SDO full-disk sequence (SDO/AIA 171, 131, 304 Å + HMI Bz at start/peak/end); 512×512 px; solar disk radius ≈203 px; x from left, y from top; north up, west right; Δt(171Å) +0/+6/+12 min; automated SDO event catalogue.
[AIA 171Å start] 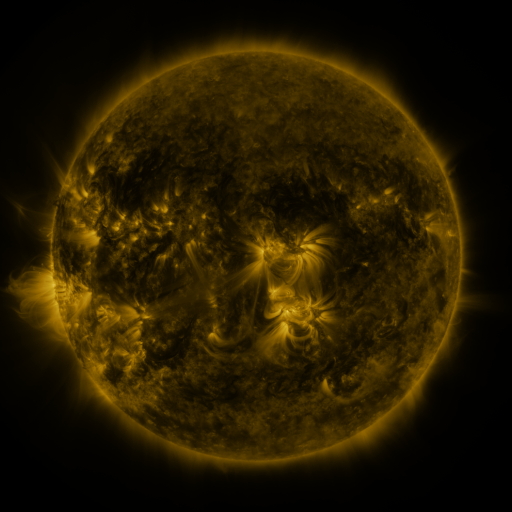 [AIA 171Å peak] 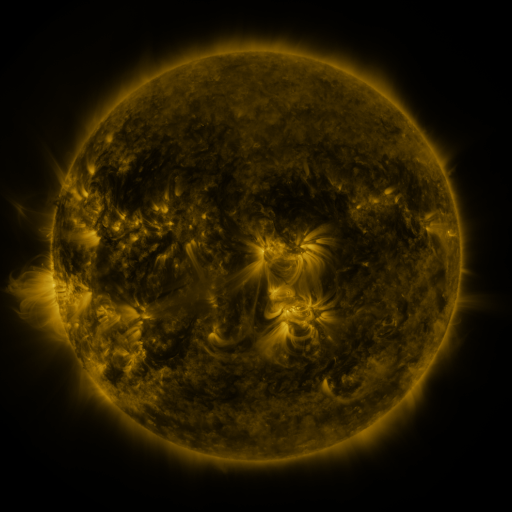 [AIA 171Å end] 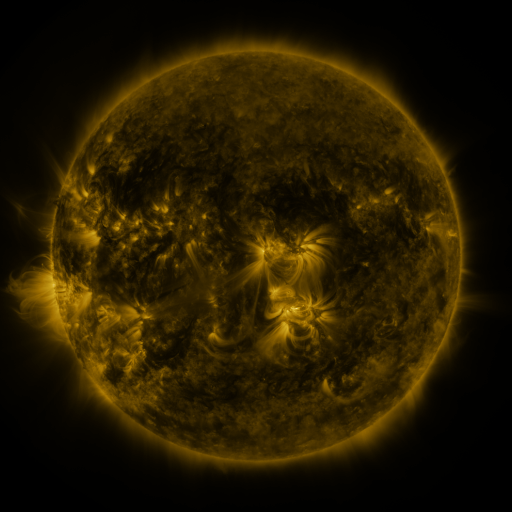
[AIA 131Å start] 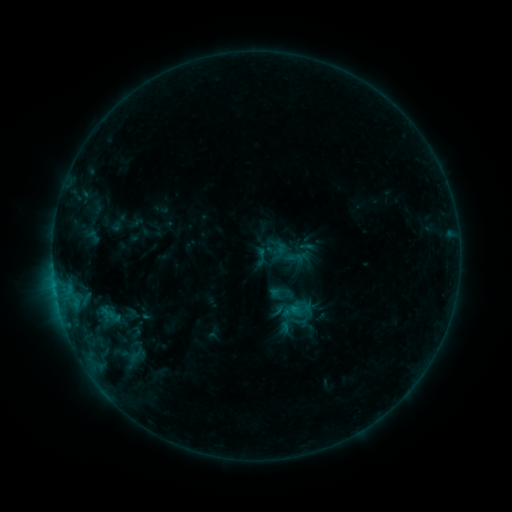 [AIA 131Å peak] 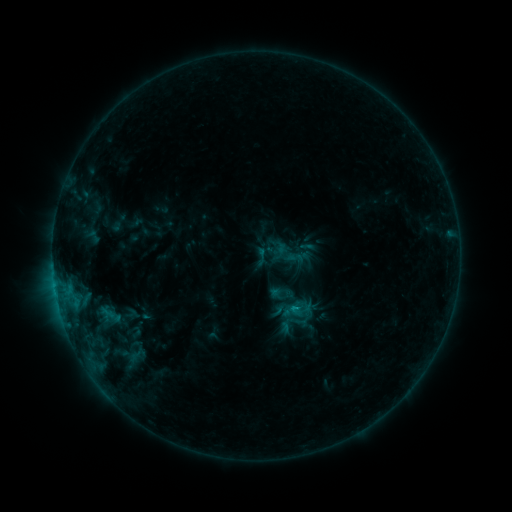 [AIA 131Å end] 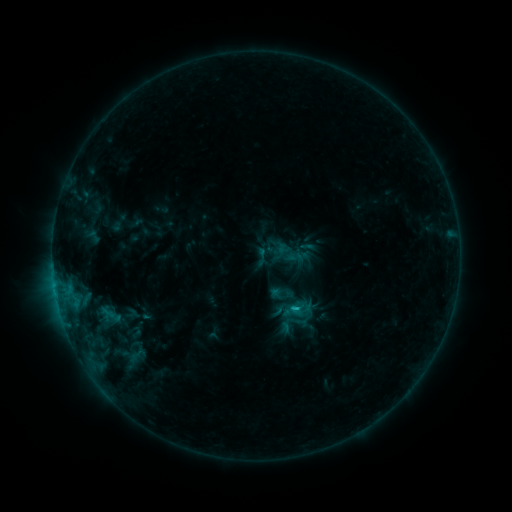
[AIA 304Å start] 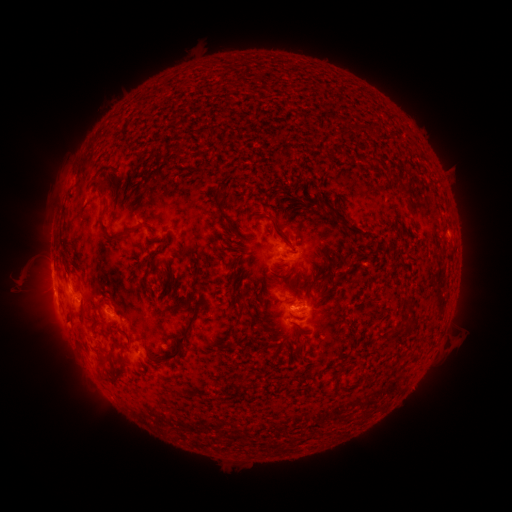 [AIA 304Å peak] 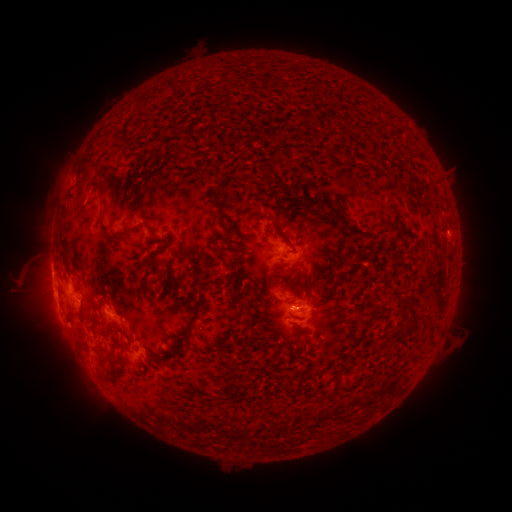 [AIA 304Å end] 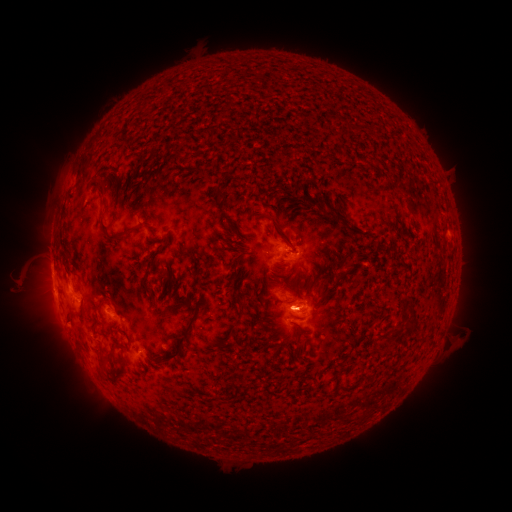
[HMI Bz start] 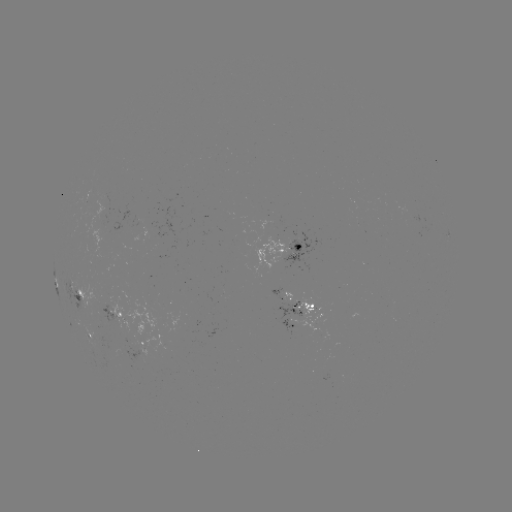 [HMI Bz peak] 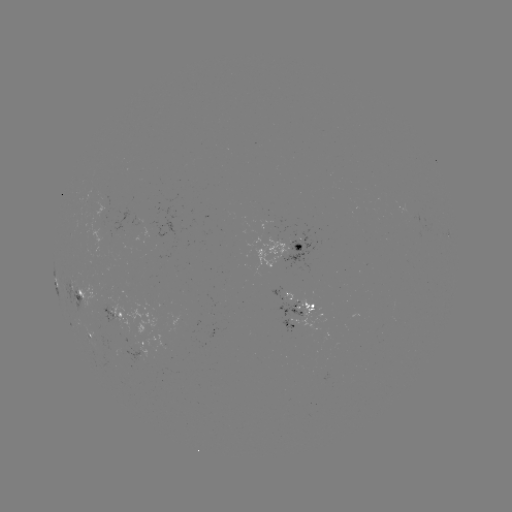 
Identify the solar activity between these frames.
C1.6 flare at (294, 306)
